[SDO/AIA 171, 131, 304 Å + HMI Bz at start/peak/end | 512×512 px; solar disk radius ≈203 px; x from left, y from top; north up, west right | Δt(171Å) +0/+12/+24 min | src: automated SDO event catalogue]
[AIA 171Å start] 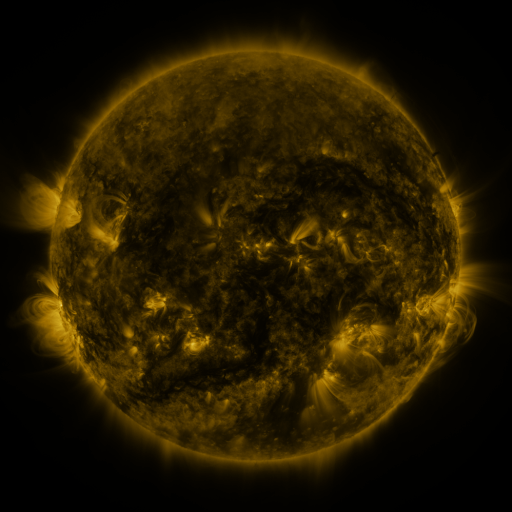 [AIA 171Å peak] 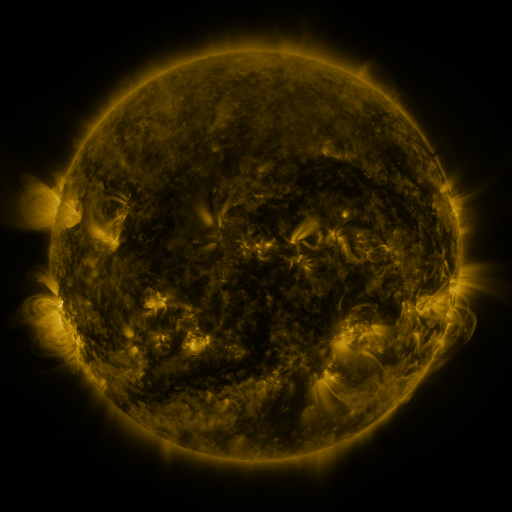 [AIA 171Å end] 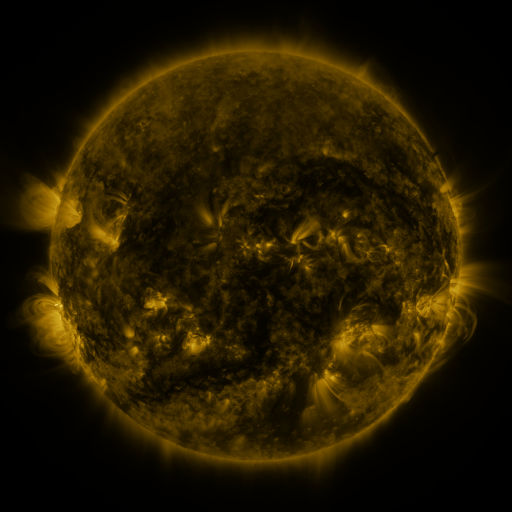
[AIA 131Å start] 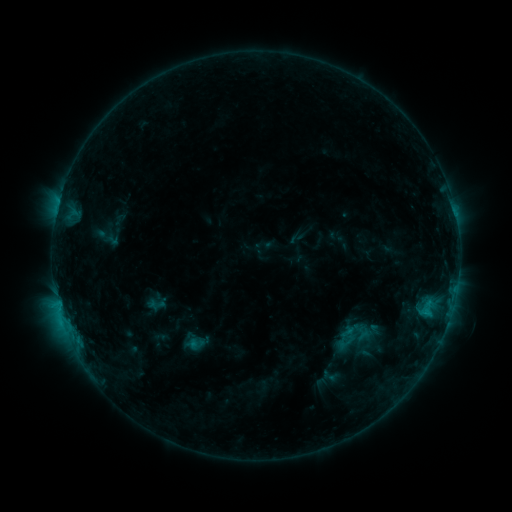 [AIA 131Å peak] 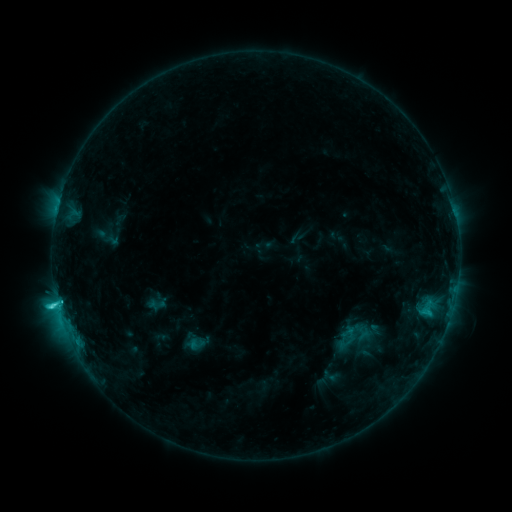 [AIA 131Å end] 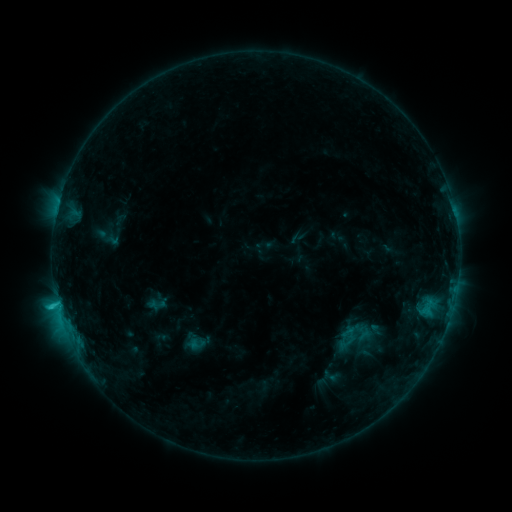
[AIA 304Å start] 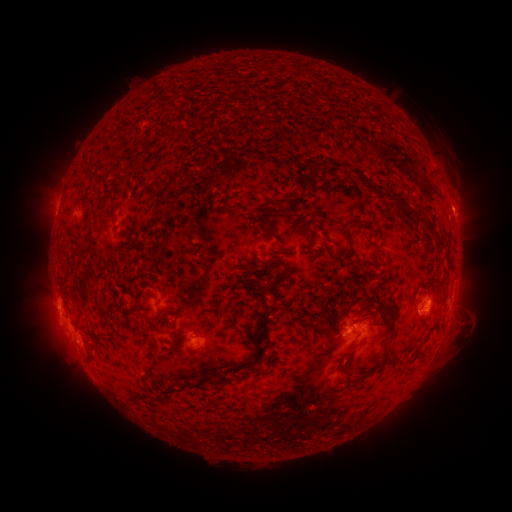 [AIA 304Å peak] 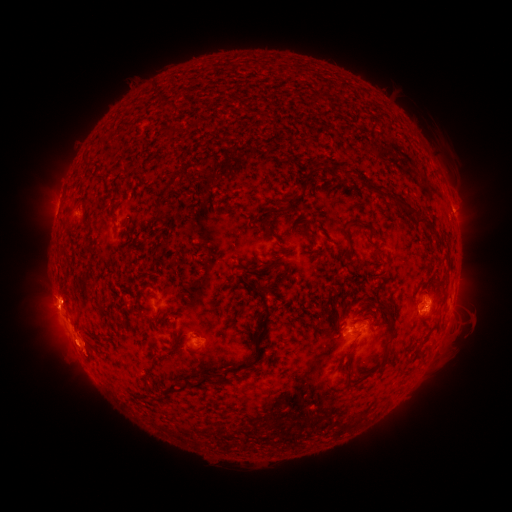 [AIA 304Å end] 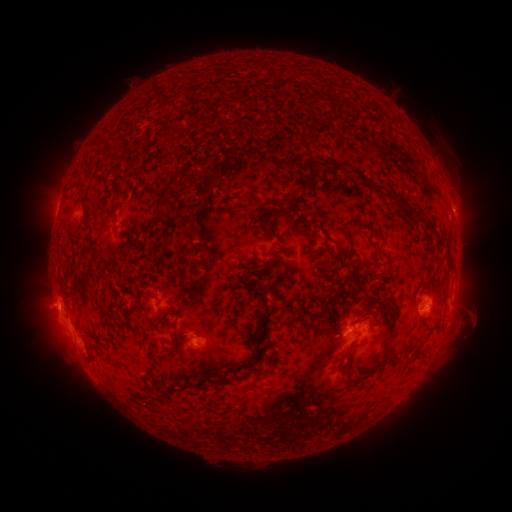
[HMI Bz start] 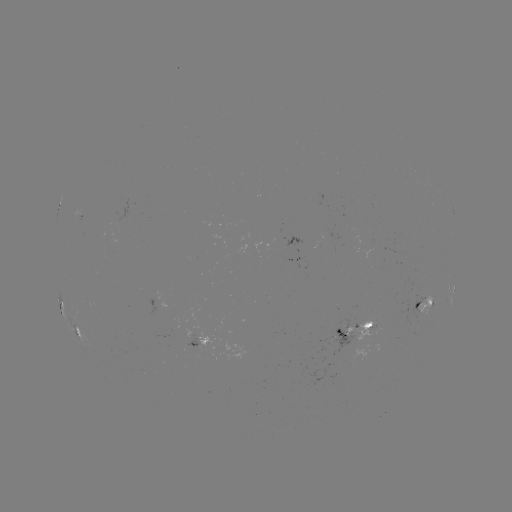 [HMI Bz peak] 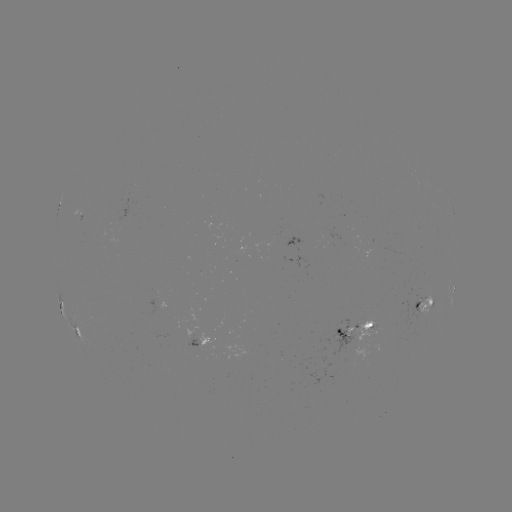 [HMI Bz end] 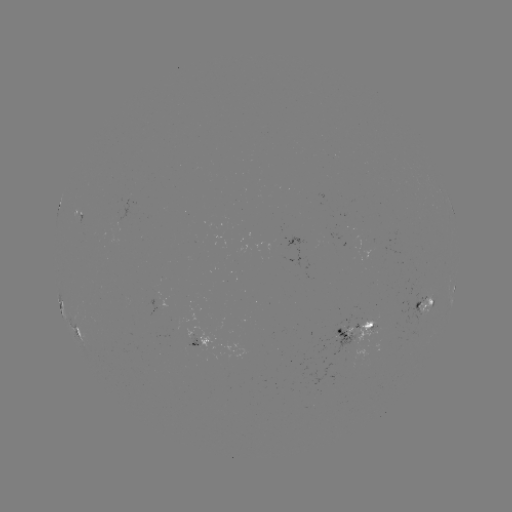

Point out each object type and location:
C3.1 flare: (58, 302)
